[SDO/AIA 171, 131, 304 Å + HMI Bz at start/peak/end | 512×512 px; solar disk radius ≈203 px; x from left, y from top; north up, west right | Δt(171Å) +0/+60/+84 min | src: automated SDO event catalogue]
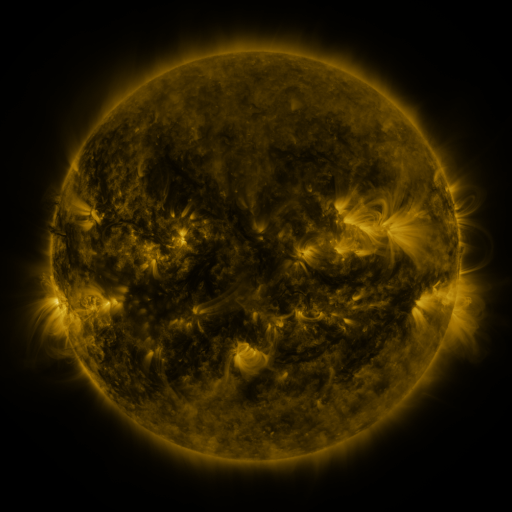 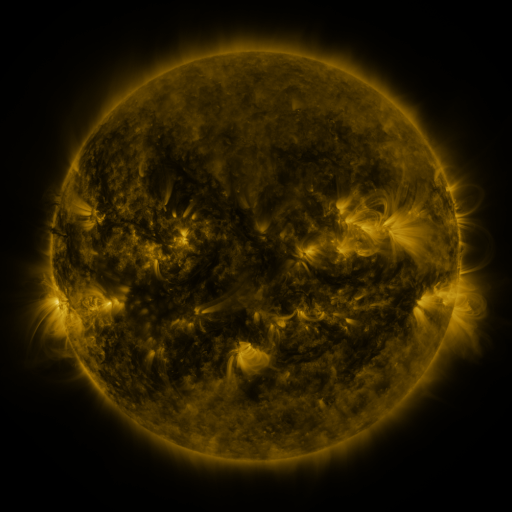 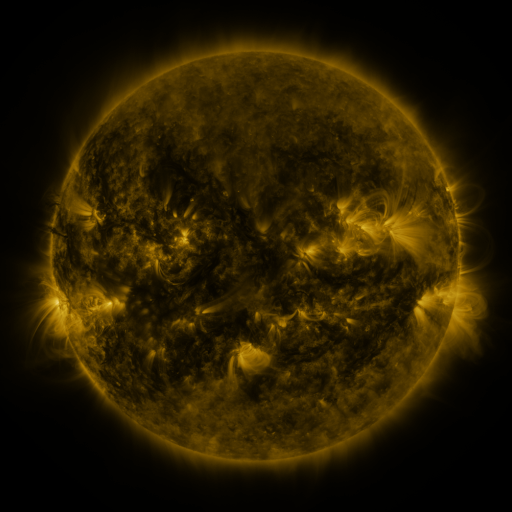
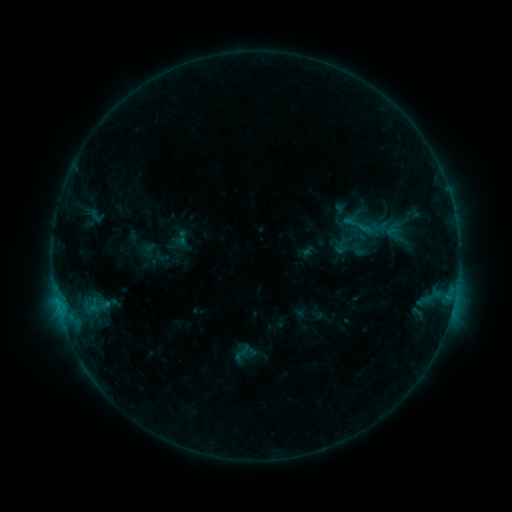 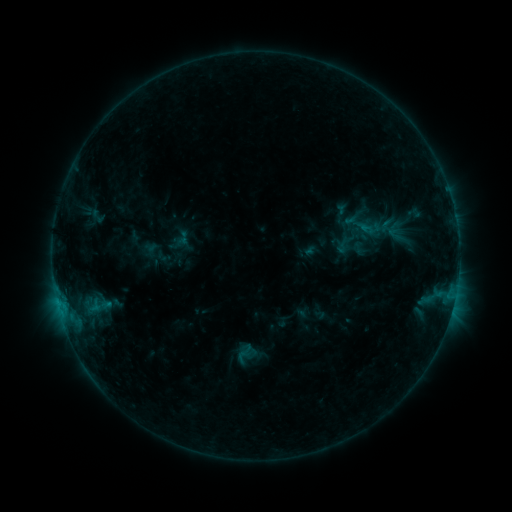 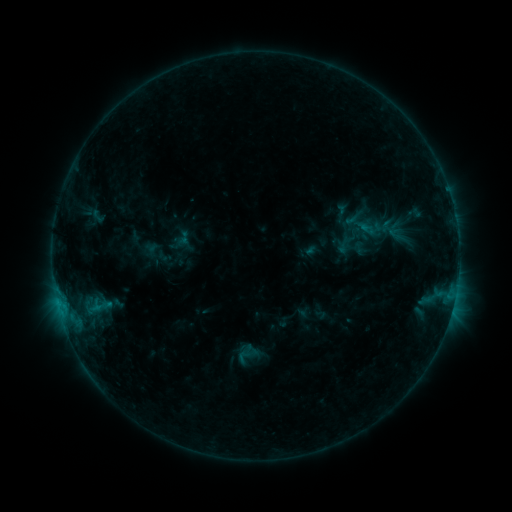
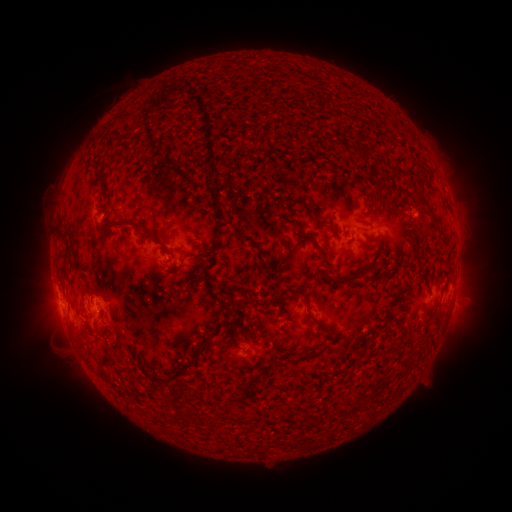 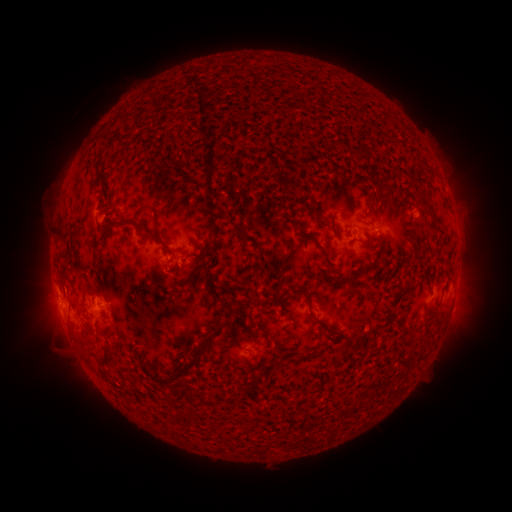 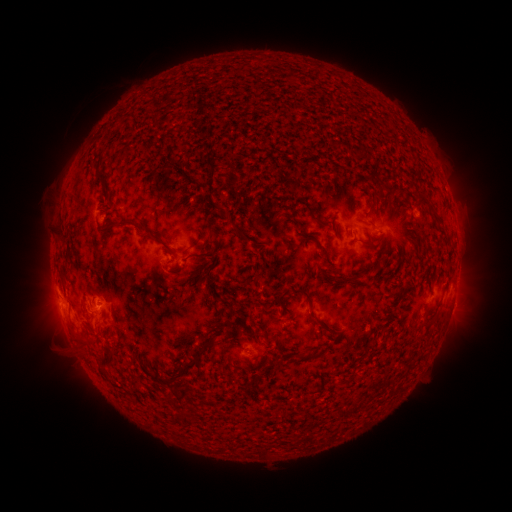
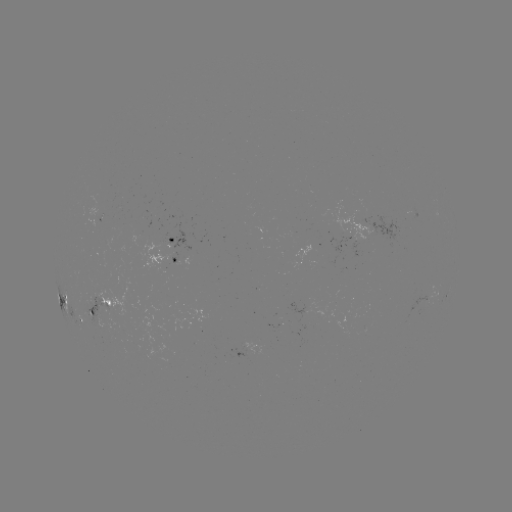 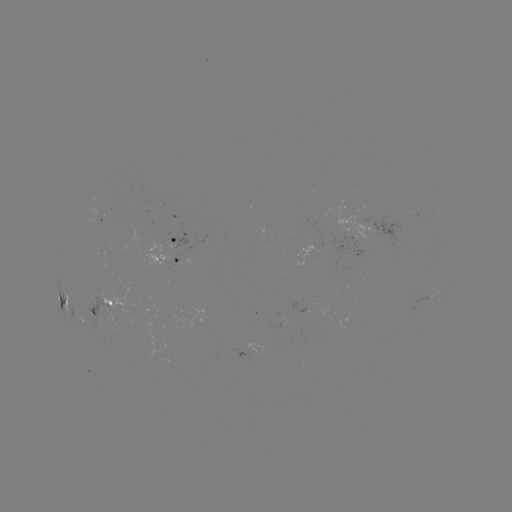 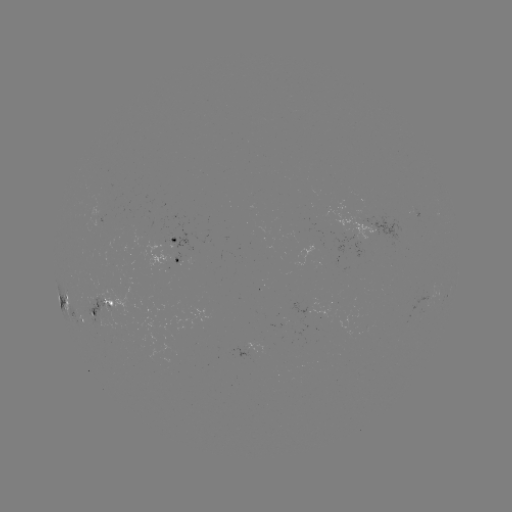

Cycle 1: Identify emerging-flux region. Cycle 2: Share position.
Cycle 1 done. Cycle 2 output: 414,213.